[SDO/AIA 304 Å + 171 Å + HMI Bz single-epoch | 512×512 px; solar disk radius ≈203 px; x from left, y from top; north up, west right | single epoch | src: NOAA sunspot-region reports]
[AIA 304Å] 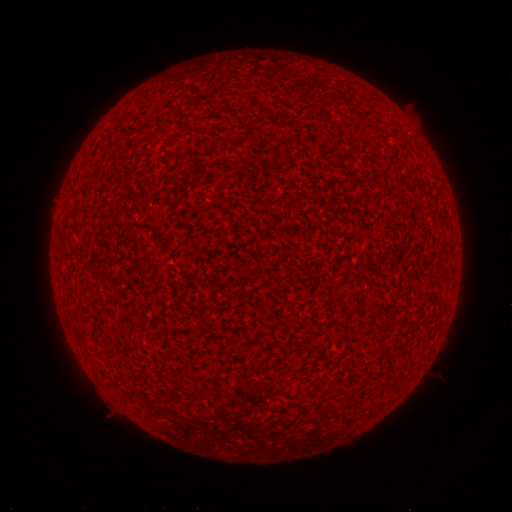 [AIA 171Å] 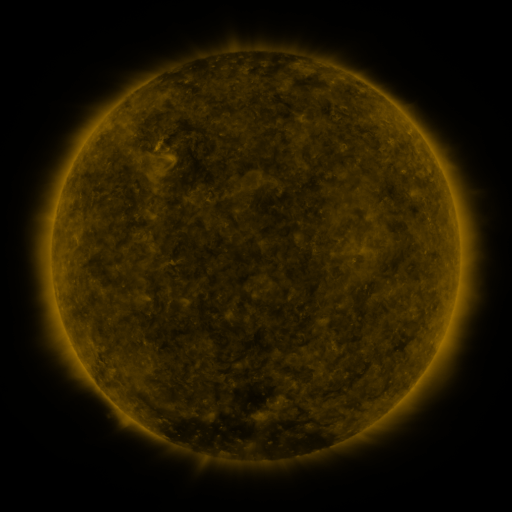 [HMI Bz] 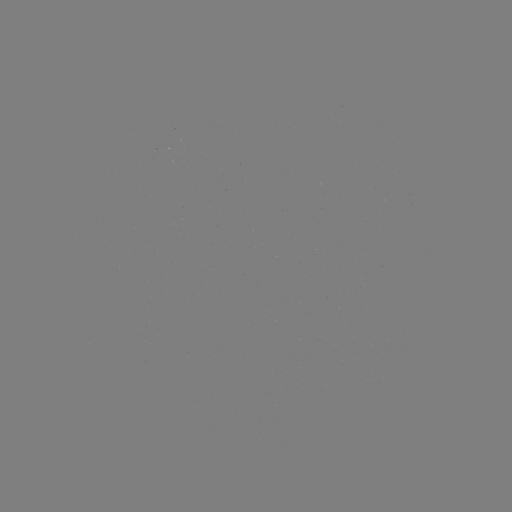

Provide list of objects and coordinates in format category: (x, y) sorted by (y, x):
(none)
